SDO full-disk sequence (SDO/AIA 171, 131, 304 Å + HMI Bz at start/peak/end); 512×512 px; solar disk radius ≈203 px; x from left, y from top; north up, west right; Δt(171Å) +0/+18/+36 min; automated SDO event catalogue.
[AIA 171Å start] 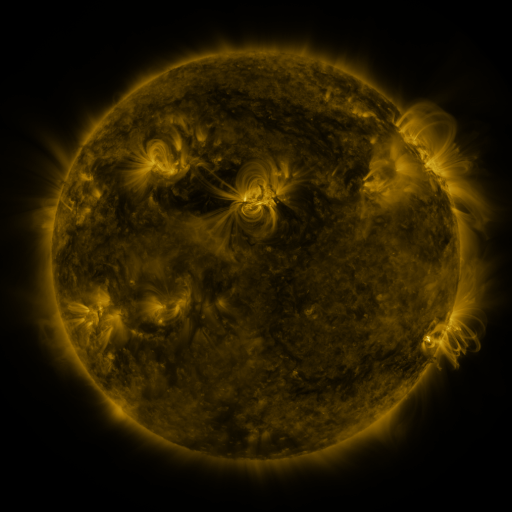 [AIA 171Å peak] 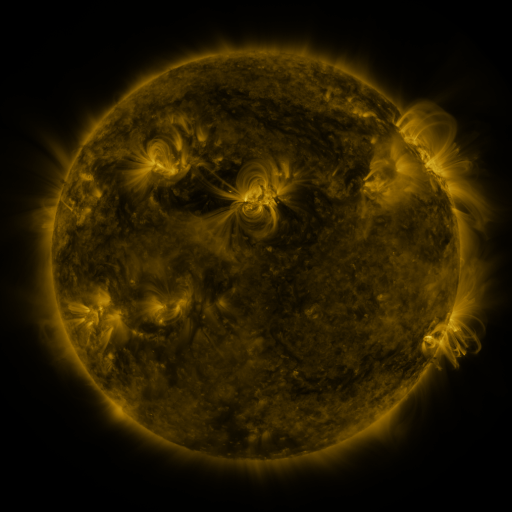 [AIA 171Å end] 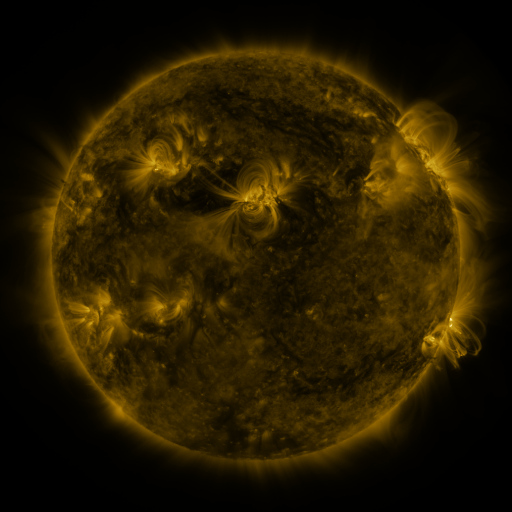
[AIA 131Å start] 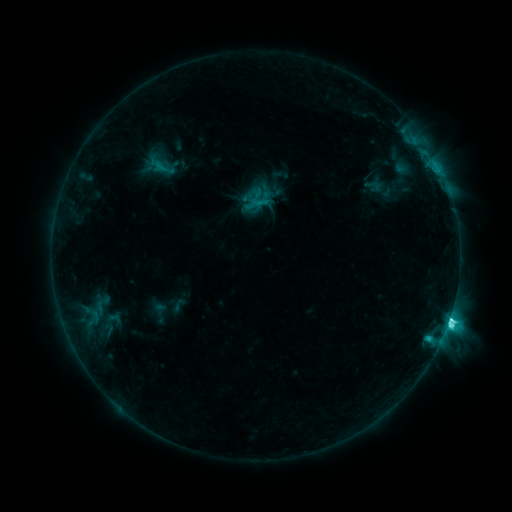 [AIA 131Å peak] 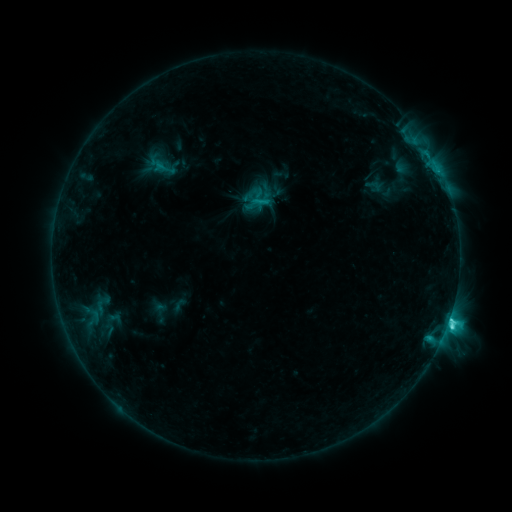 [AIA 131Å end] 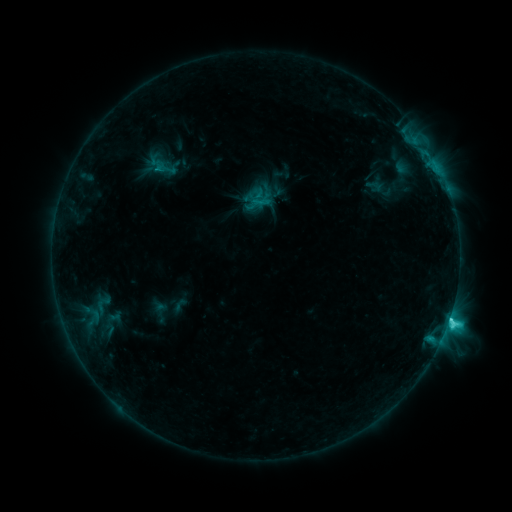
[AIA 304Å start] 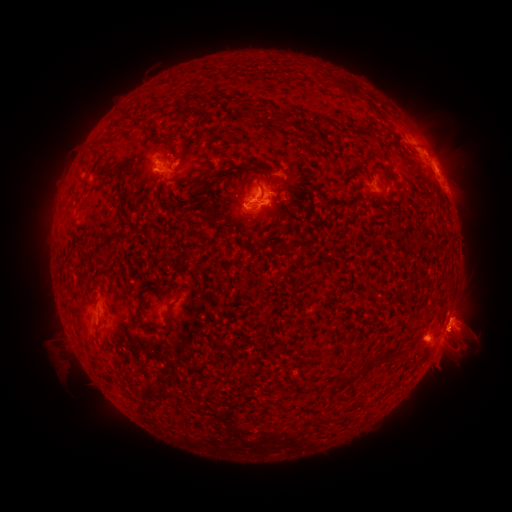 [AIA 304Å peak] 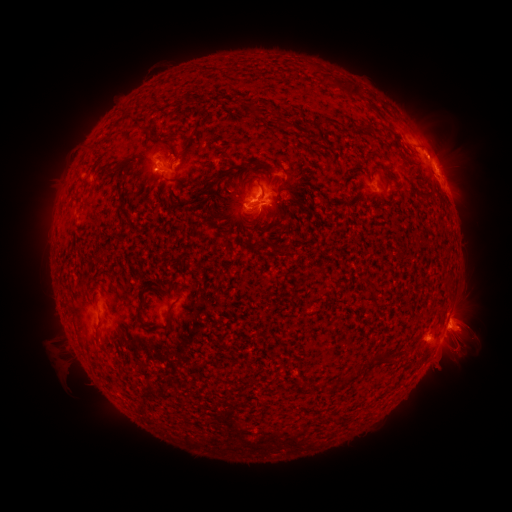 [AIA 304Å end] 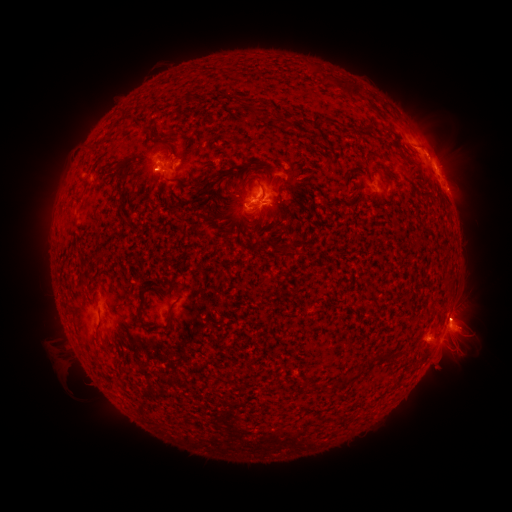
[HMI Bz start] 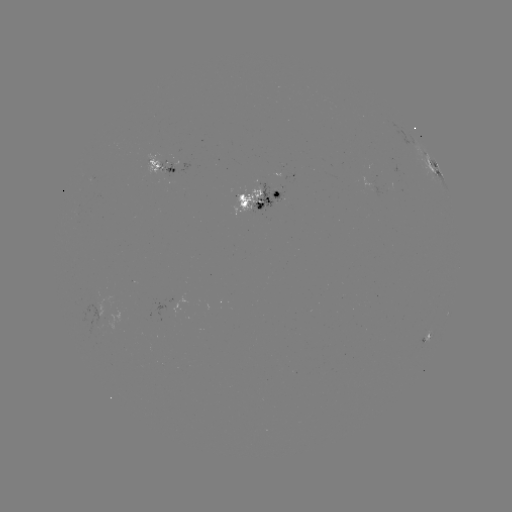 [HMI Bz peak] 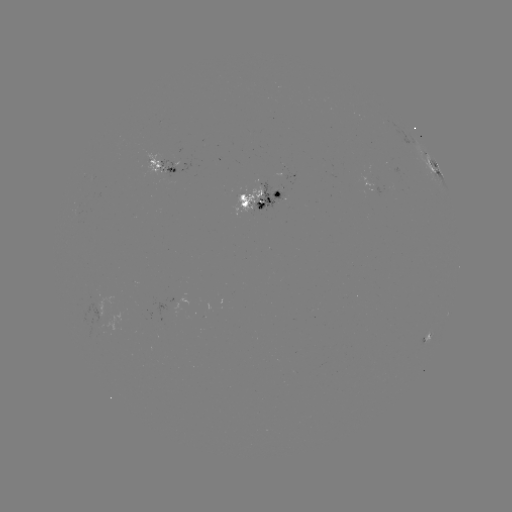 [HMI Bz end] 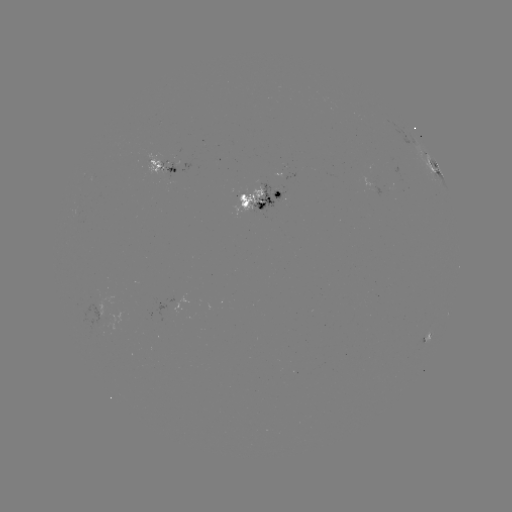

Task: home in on emerging-flux region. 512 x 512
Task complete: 253,192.